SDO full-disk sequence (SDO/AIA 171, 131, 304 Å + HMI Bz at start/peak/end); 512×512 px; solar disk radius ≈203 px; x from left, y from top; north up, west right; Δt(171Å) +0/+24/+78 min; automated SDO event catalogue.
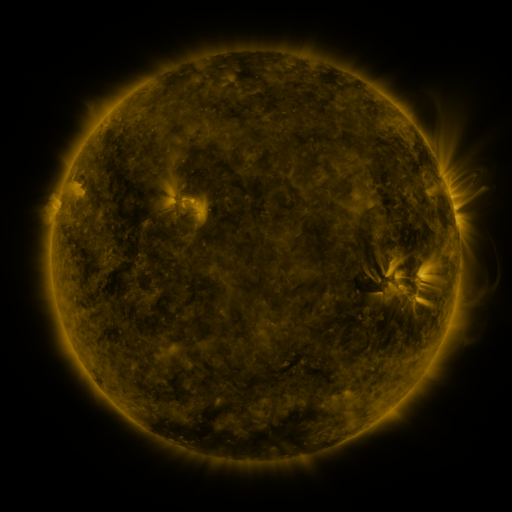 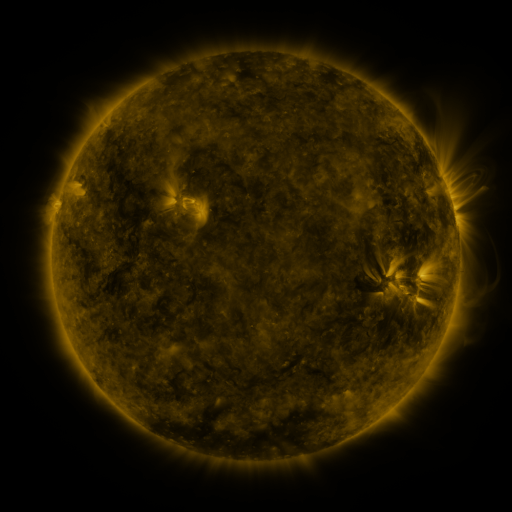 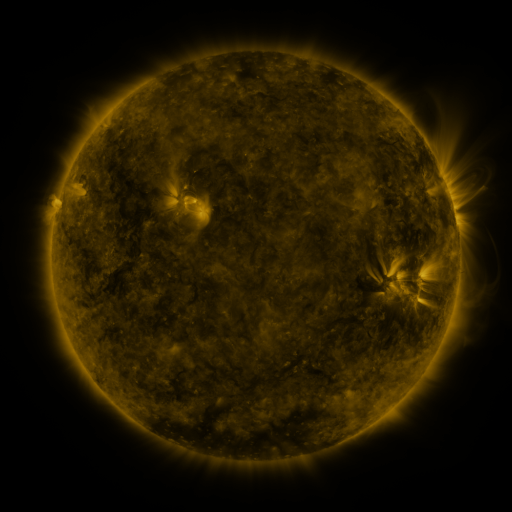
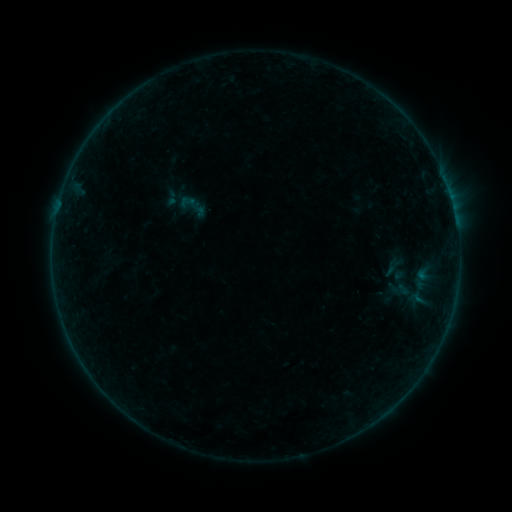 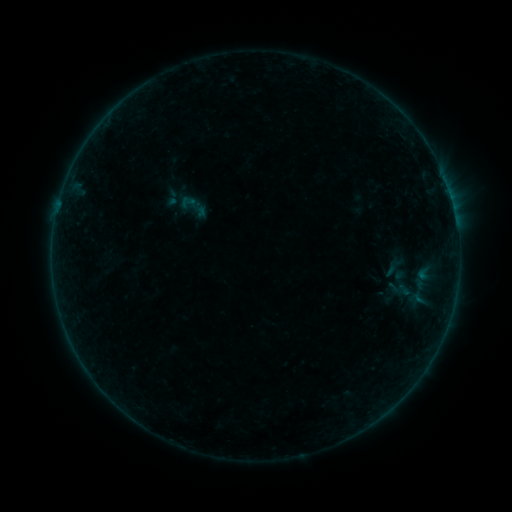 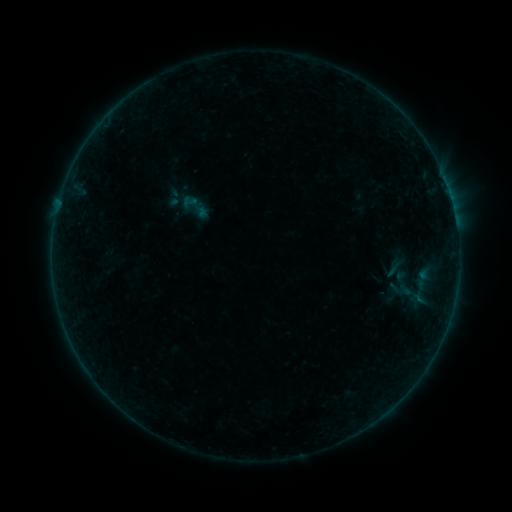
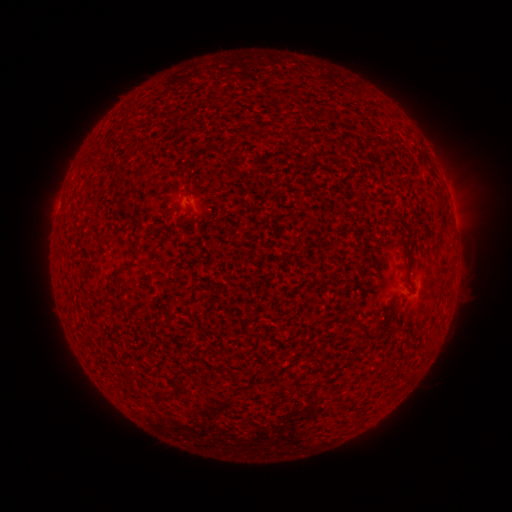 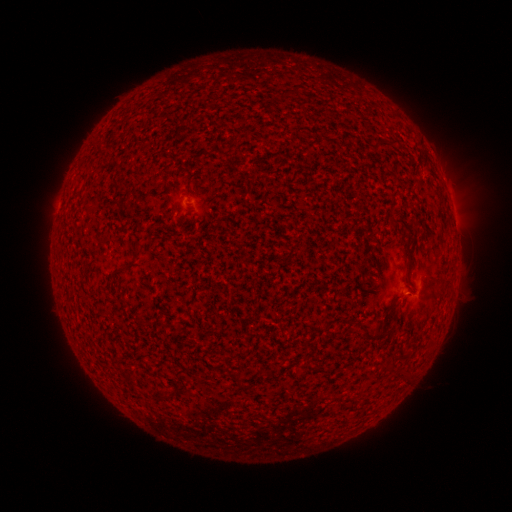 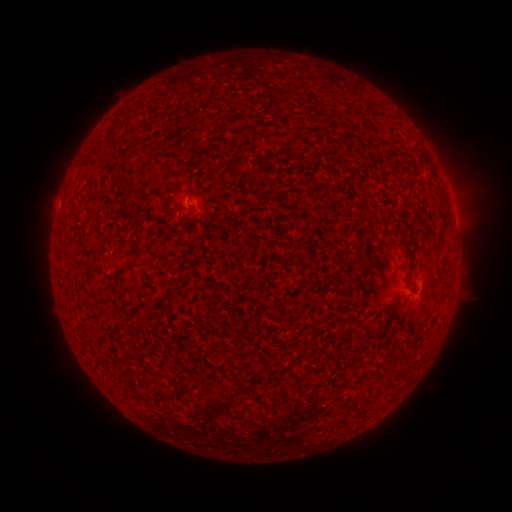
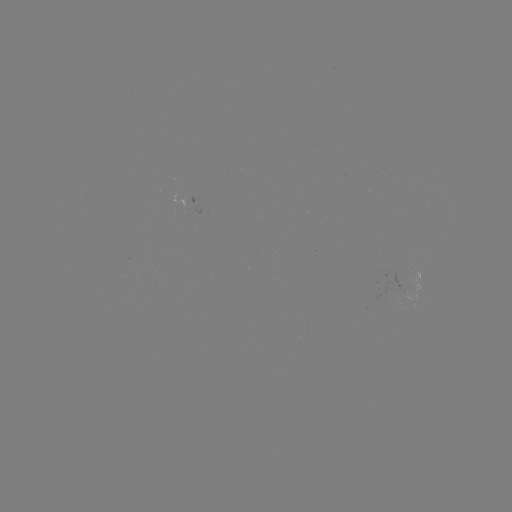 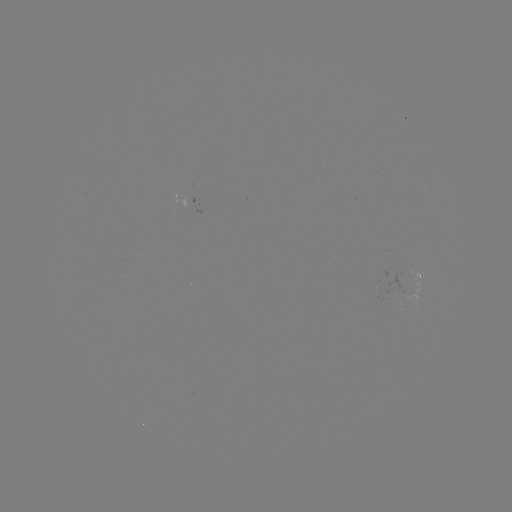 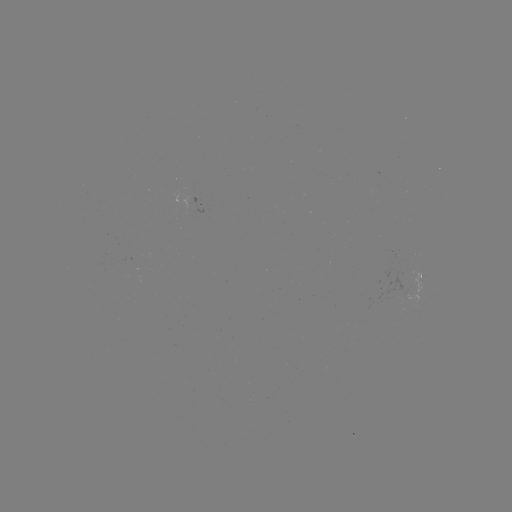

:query B1.1 flare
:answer (412, 292)